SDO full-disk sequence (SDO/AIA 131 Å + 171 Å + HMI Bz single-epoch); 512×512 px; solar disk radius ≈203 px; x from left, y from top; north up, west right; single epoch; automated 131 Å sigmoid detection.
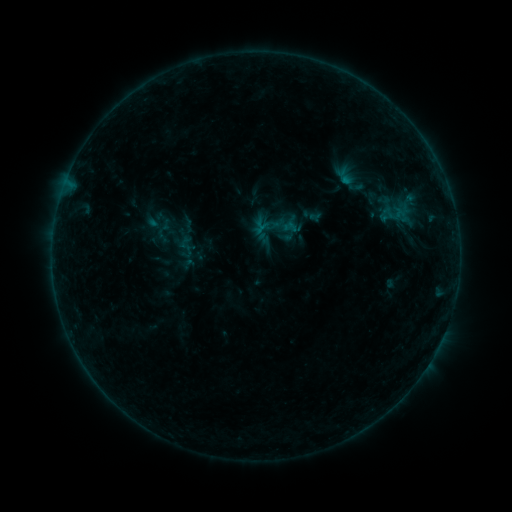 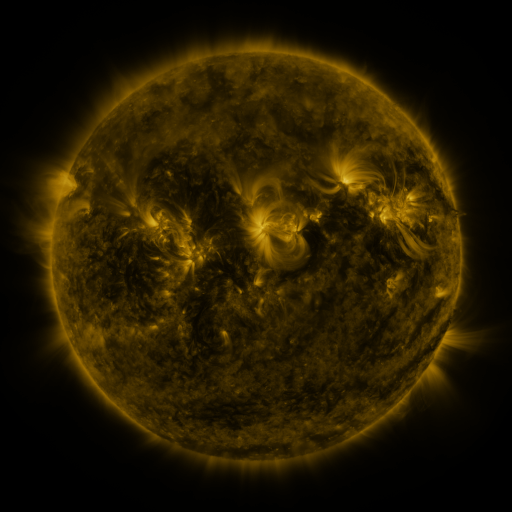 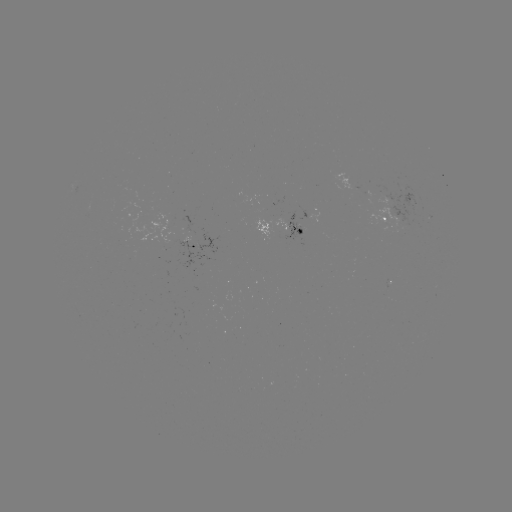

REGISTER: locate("sigmoid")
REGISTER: (277, 227)